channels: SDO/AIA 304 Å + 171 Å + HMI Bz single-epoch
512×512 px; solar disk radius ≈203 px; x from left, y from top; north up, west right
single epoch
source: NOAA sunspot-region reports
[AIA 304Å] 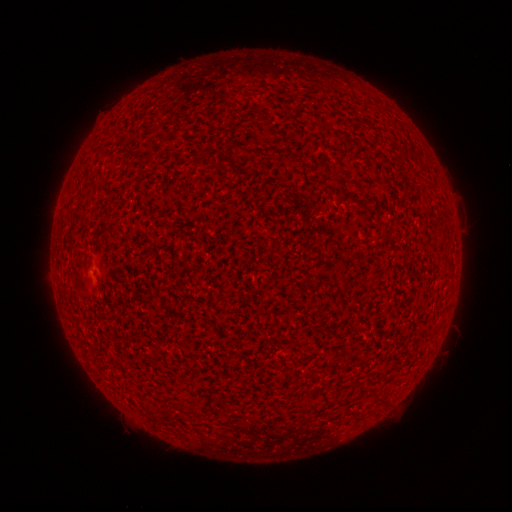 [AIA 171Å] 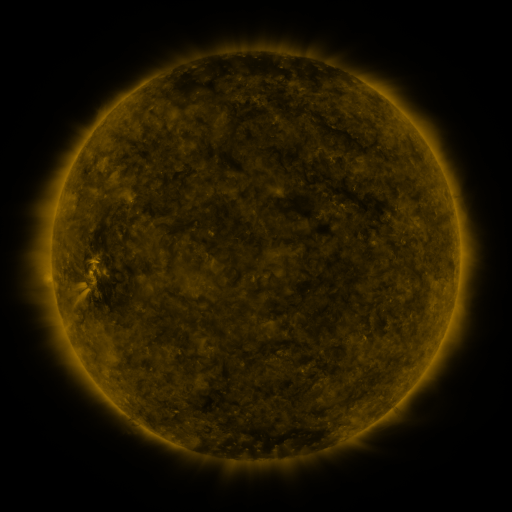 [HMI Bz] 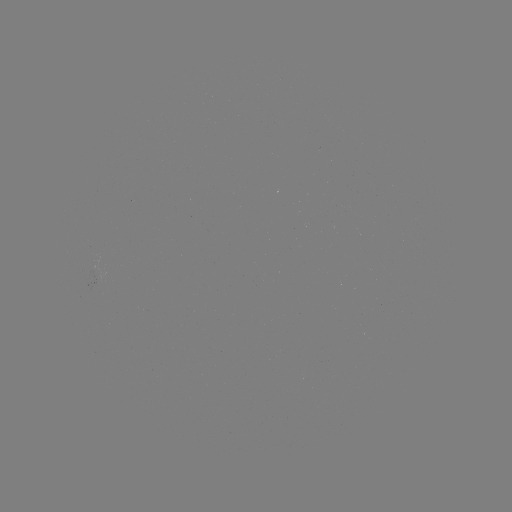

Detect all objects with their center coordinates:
(none)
